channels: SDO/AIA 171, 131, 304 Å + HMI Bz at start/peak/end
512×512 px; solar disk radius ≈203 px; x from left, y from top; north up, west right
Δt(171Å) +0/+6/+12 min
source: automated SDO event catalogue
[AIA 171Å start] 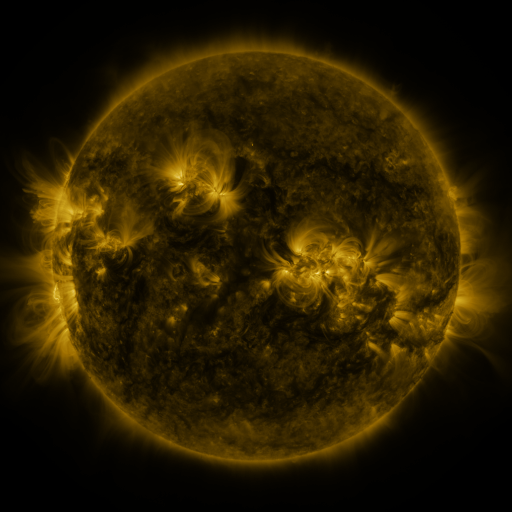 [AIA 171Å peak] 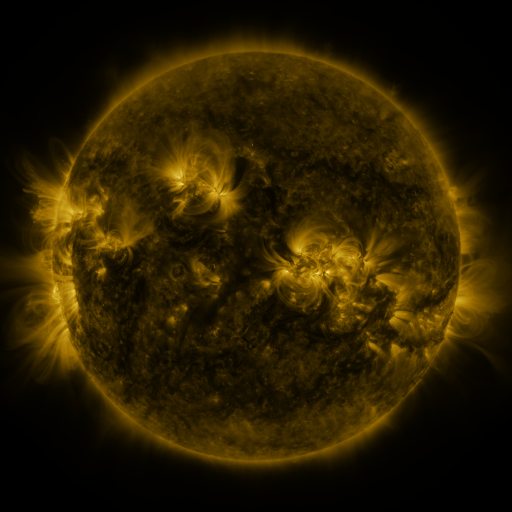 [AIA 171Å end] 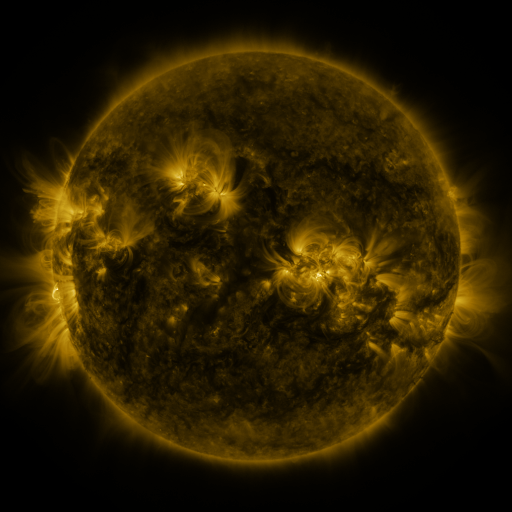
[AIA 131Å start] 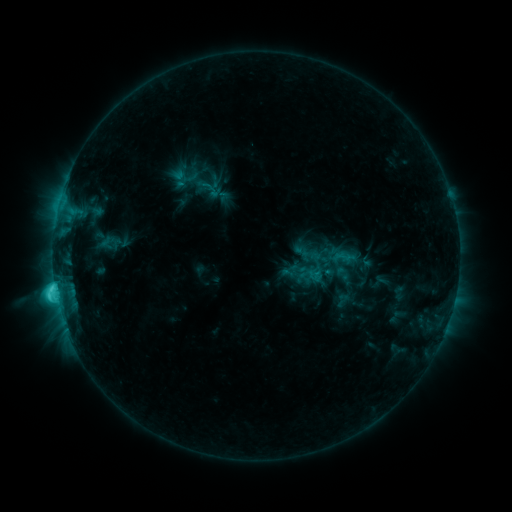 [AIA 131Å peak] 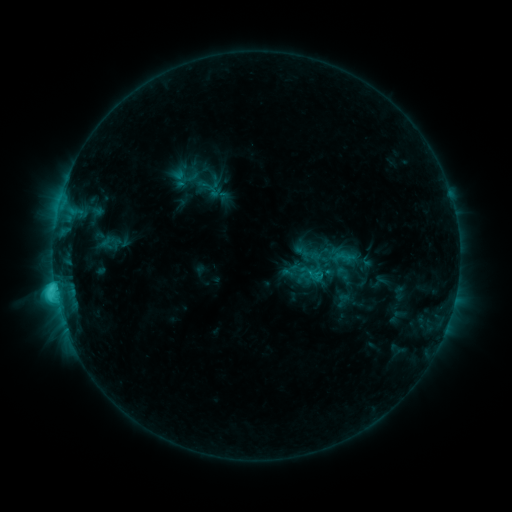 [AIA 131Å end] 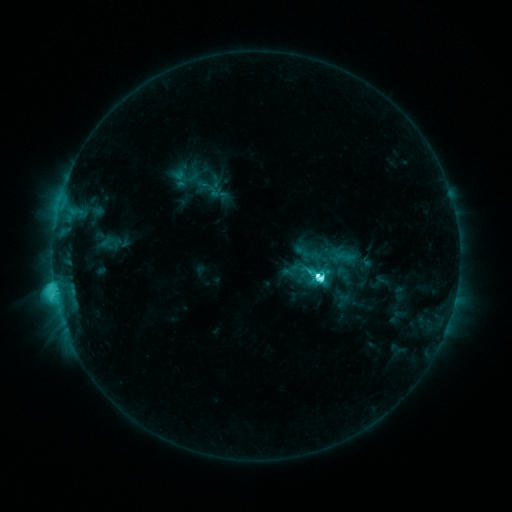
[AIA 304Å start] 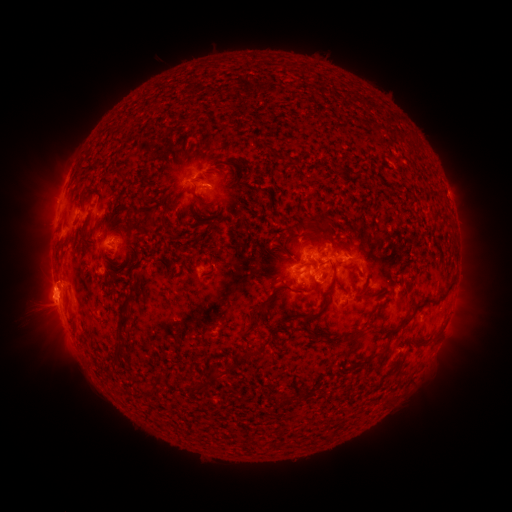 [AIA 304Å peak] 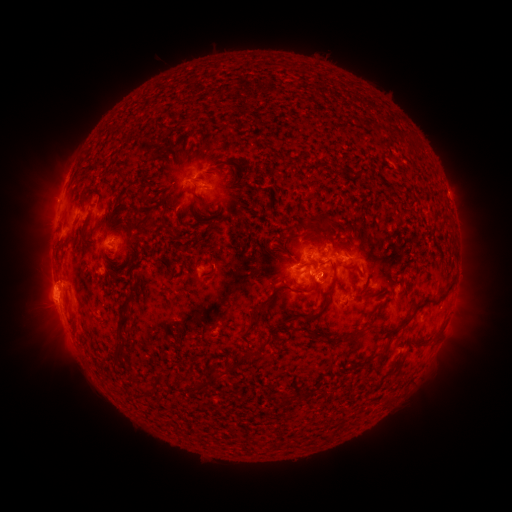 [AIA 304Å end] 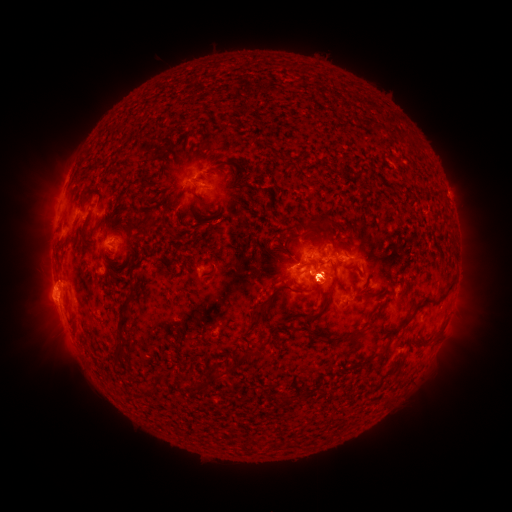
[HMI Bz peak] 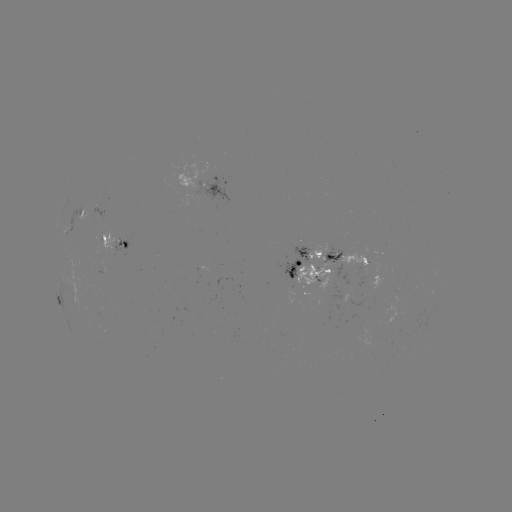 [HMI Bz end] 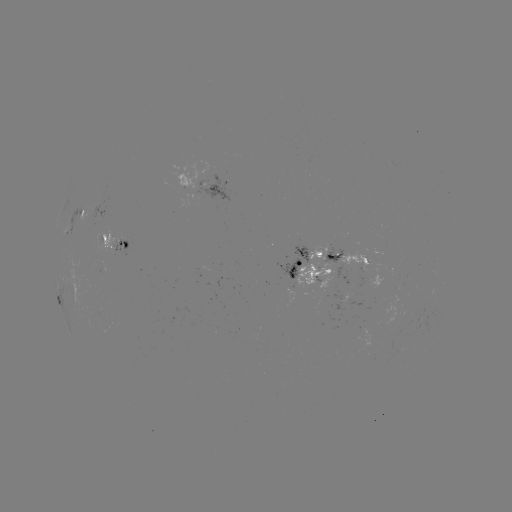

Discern eruption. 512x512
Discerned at (325, 276).